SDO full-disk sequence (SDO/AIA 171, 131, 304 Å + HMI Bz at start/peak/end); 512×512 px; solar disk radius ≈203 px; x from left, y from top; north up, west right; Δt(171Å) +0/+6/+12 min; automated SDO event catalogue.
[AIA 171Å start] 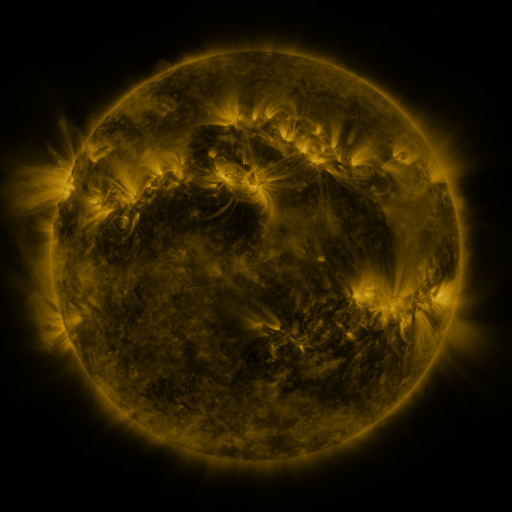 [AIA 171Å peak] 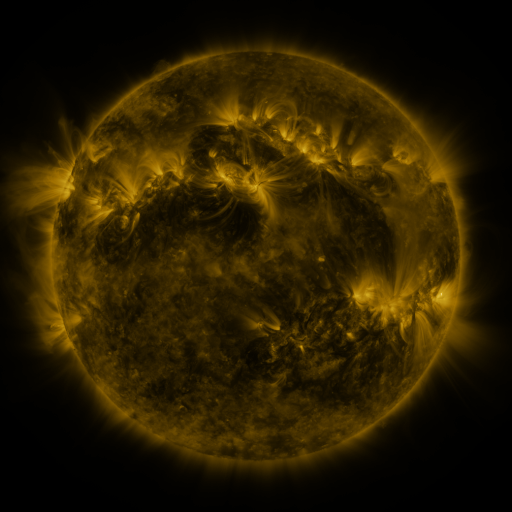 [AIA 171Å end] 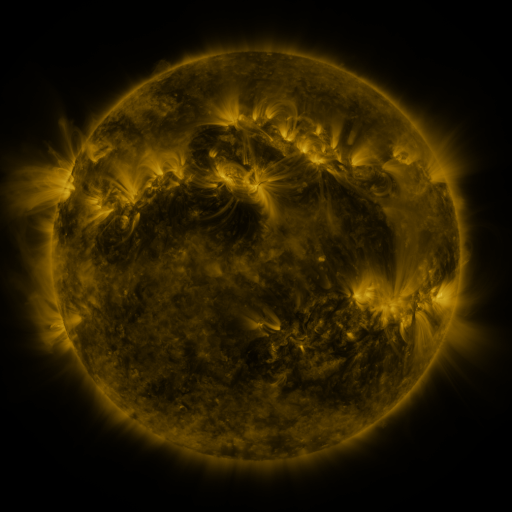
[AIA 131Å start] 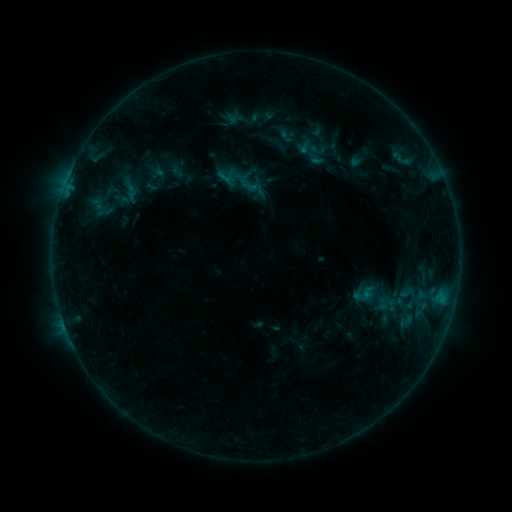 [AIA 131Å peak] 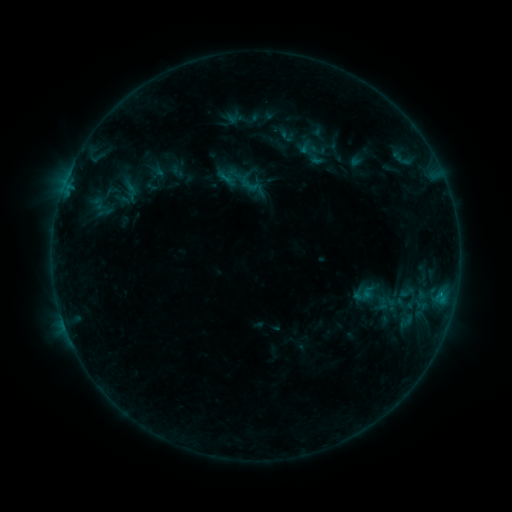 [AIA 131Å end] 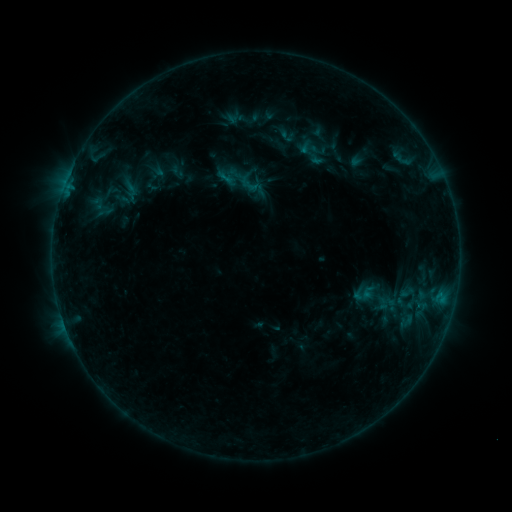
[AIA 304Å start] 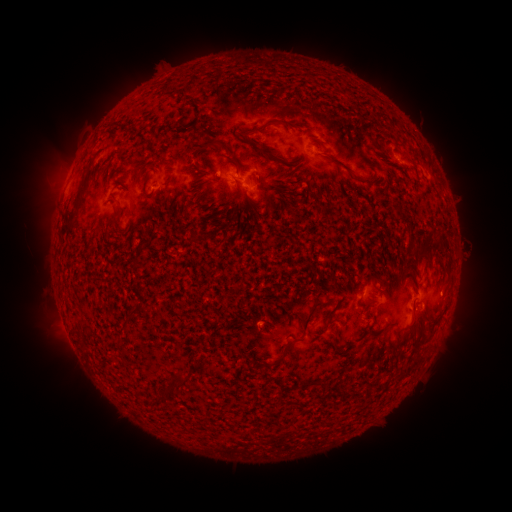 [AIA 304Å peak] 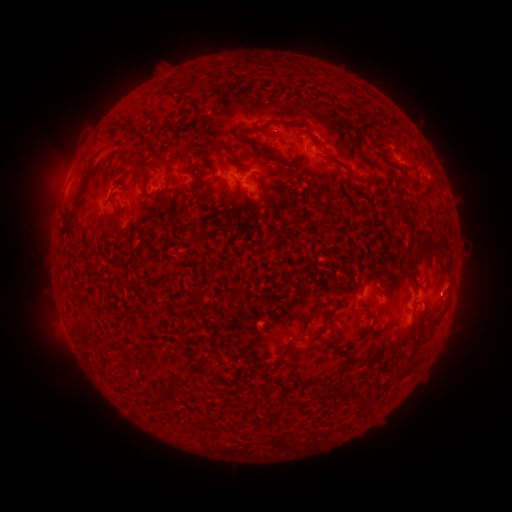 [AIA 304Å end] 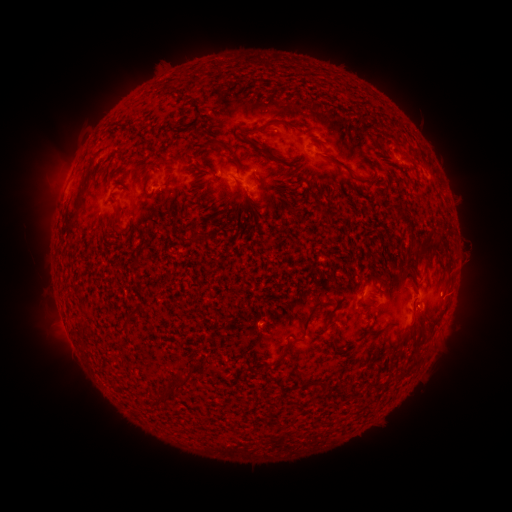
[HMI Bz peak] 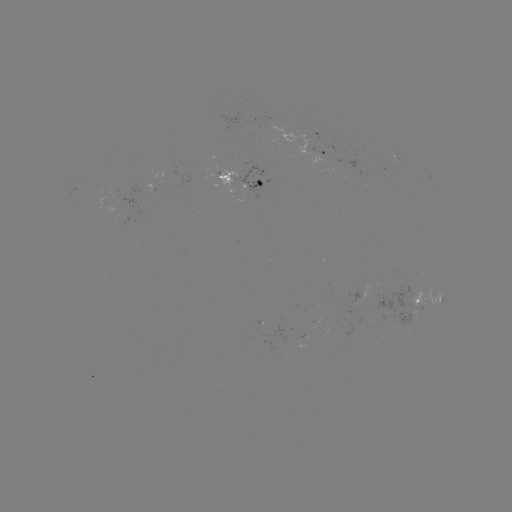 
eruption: <bbox>432, 256, 482, 301</bbox>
